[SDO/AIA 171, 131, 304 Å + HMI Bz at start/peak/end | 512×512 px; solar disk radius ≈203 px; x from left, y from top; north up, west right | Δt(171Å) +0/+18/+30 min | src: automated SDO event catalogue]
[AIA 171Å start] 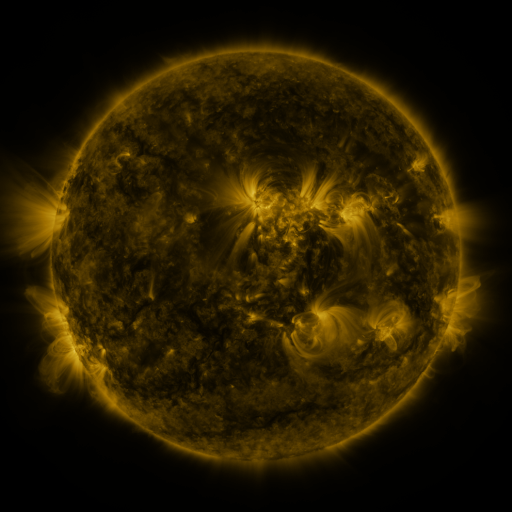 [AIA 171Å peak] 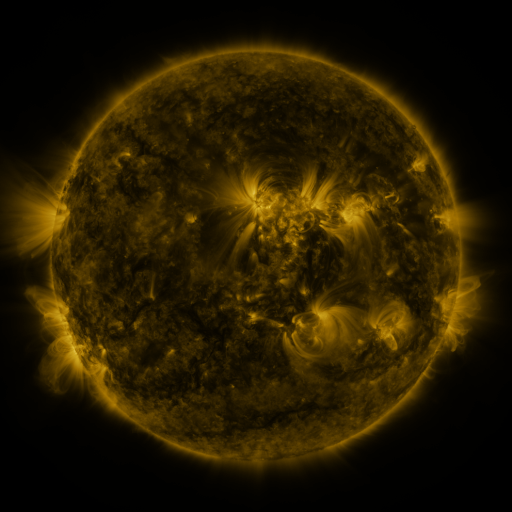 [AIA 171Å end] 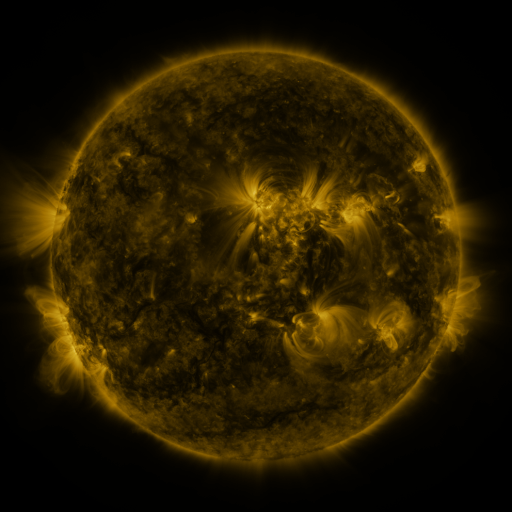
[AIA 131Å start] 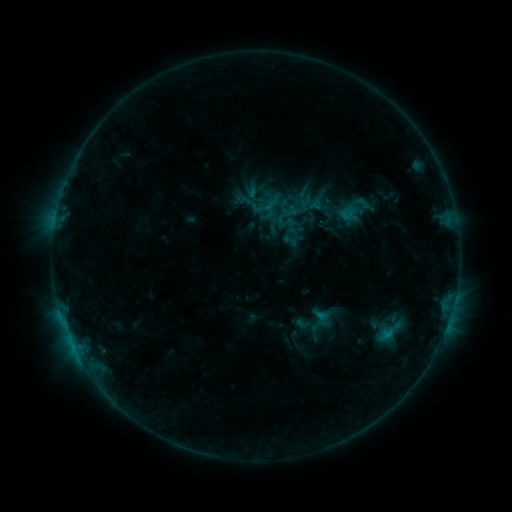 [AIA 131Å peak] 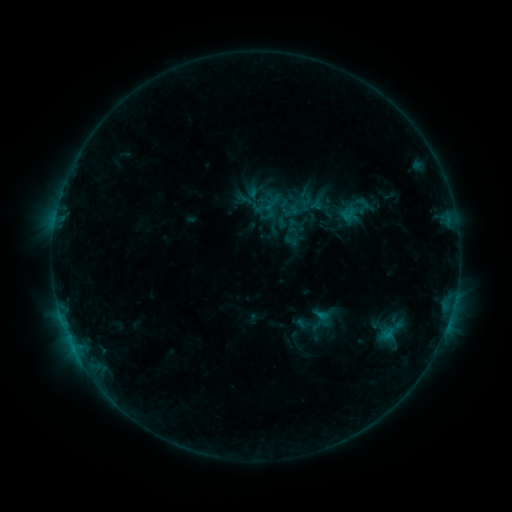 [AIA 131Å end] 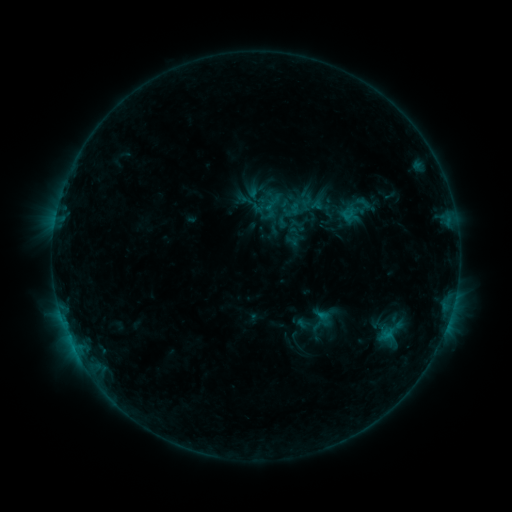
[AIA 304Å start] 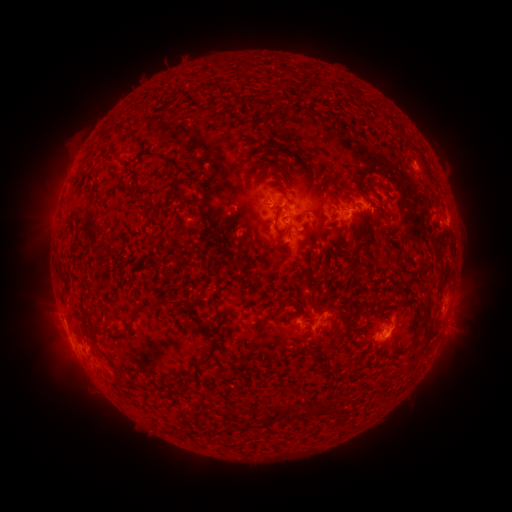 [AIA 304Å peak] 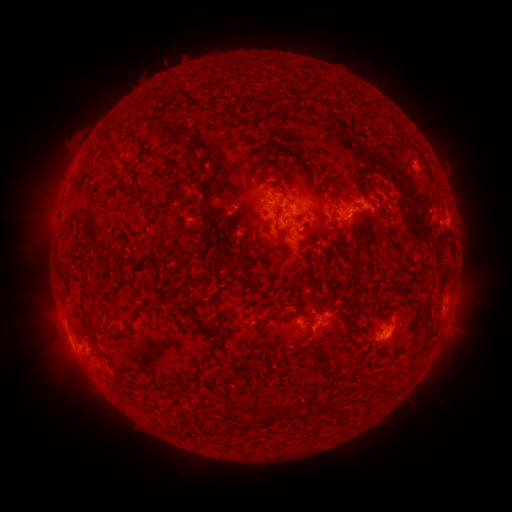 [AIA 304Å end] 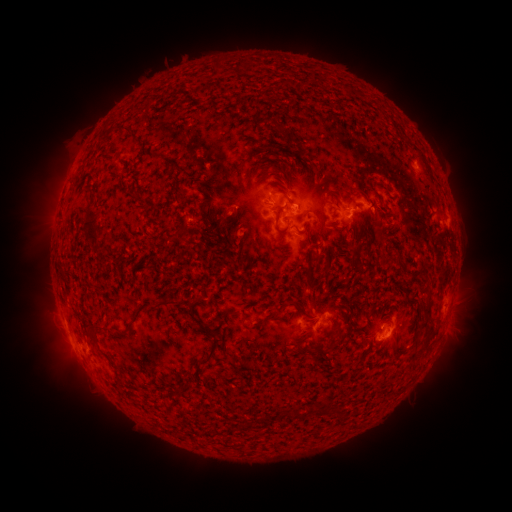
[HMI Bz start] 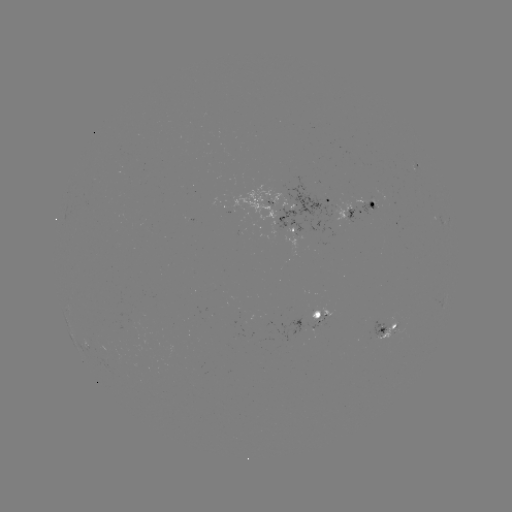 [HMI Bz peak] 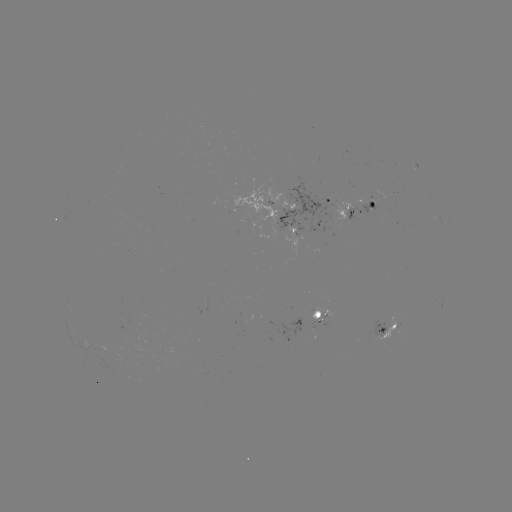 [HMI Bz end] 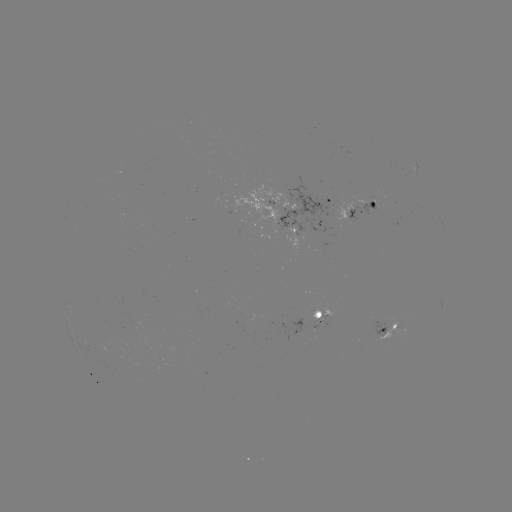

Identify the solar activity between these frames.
nothing was catalogued: no classed flare, no EUV trigger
